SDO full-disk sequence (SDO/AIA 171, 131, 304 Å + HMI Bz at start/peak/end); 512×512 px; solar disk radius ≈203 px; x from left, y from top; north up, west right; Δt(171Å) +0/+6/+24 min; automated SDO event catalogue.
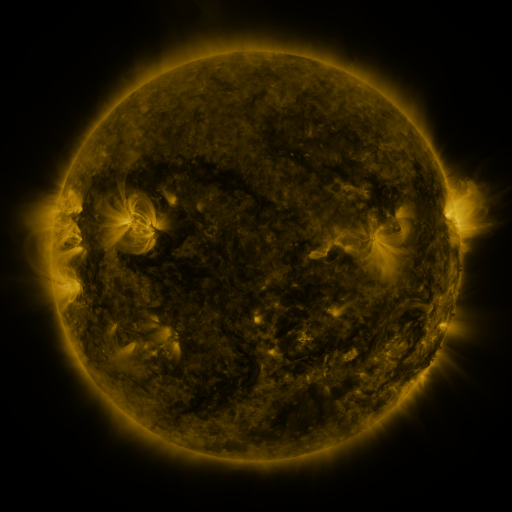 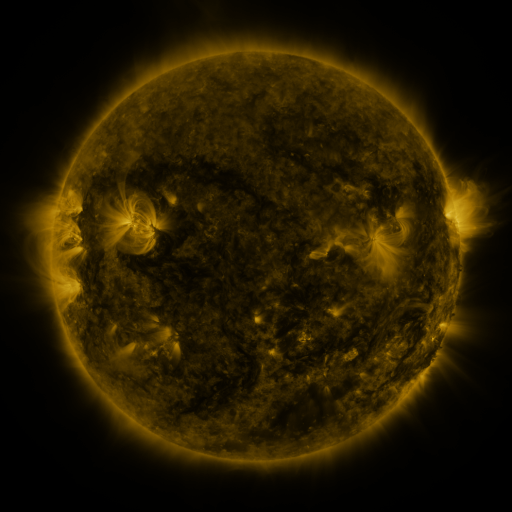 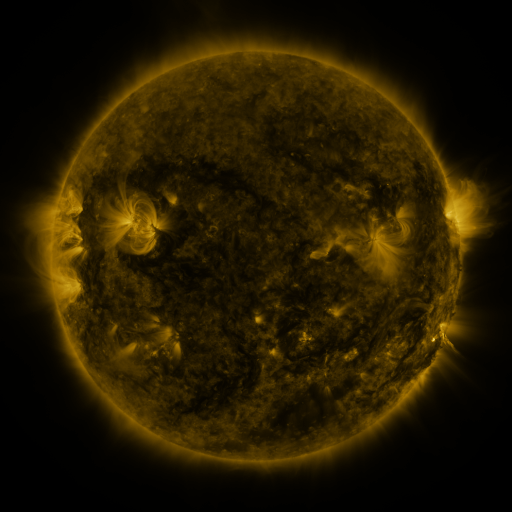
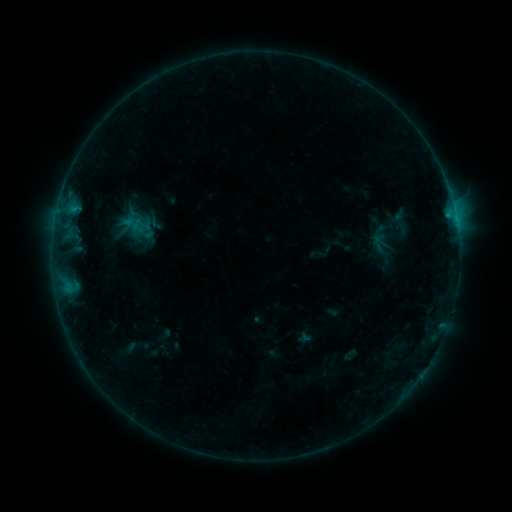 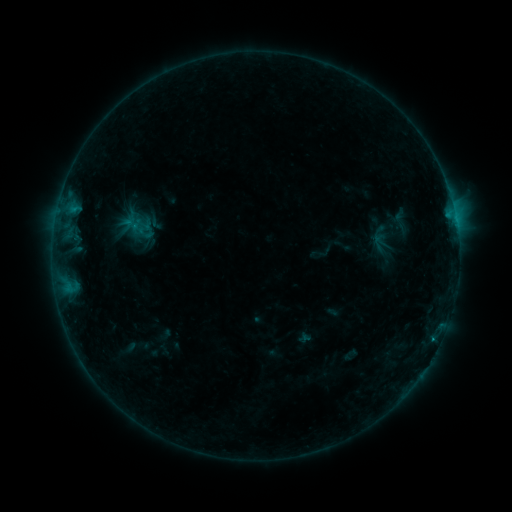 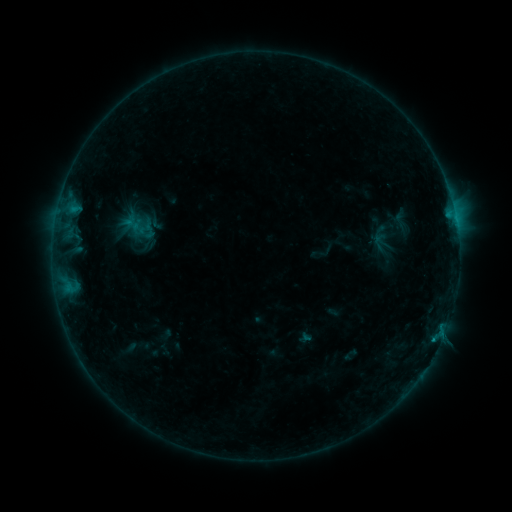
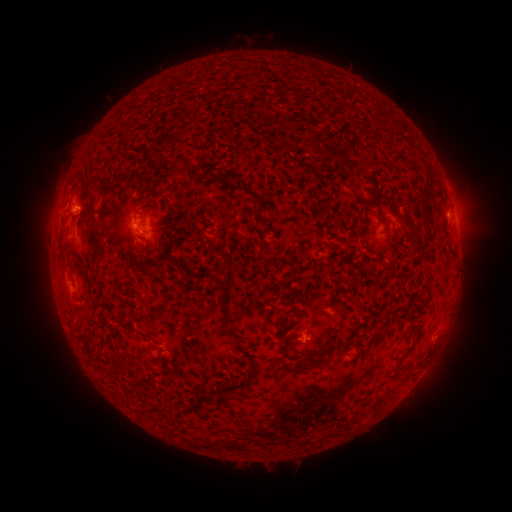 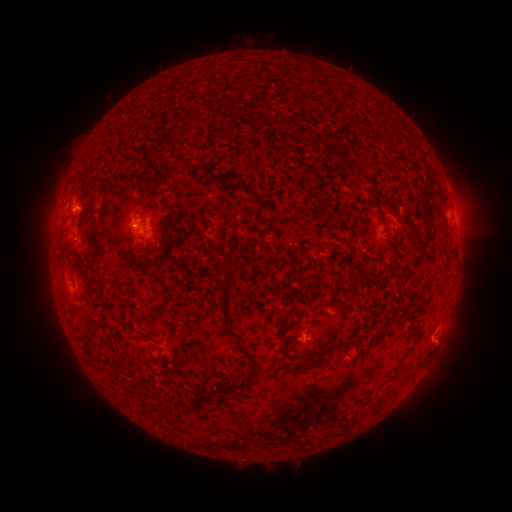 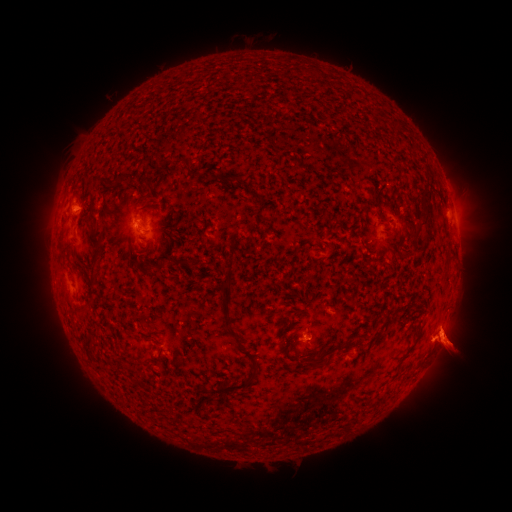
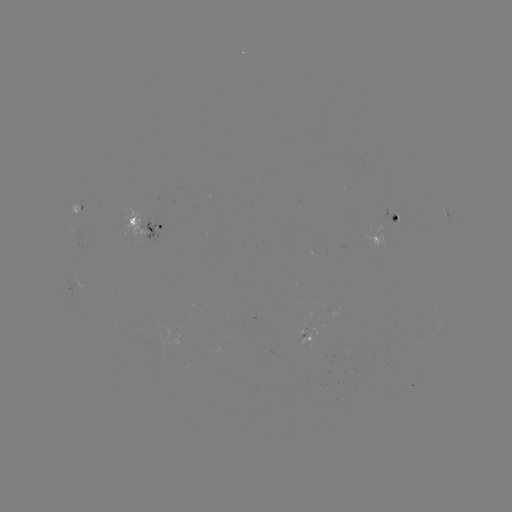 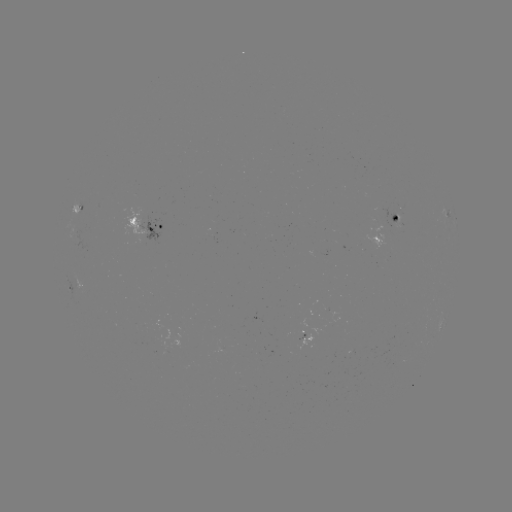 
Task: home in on B5.5 flare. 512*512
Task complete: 433,339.